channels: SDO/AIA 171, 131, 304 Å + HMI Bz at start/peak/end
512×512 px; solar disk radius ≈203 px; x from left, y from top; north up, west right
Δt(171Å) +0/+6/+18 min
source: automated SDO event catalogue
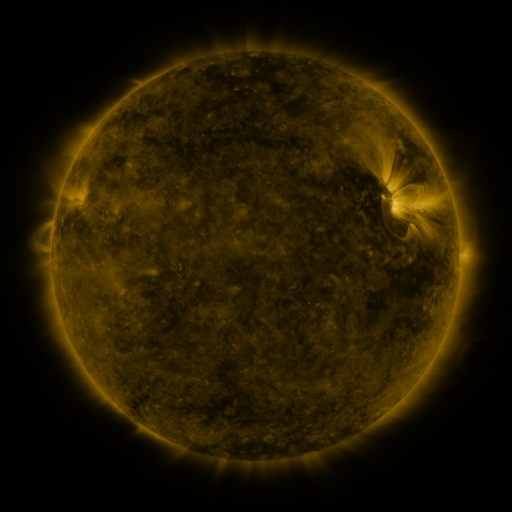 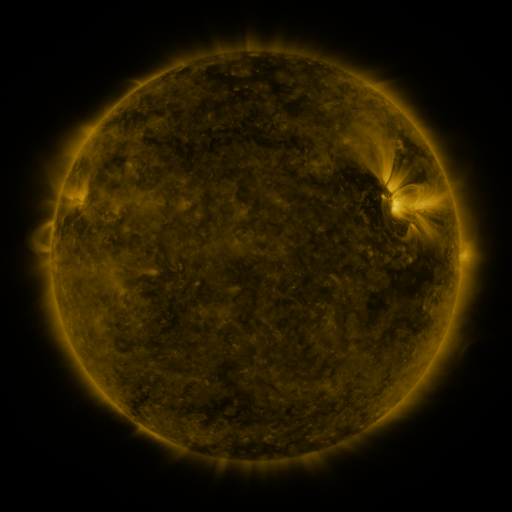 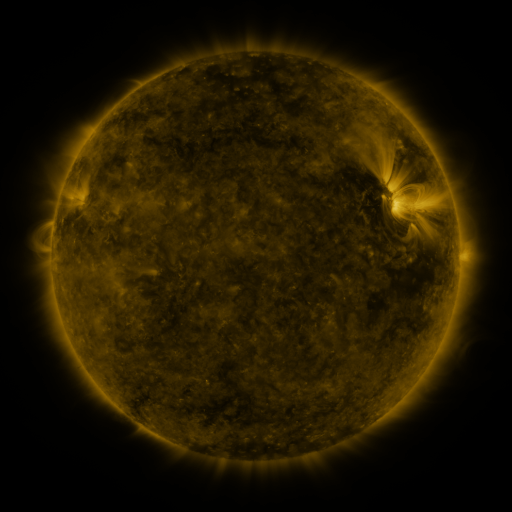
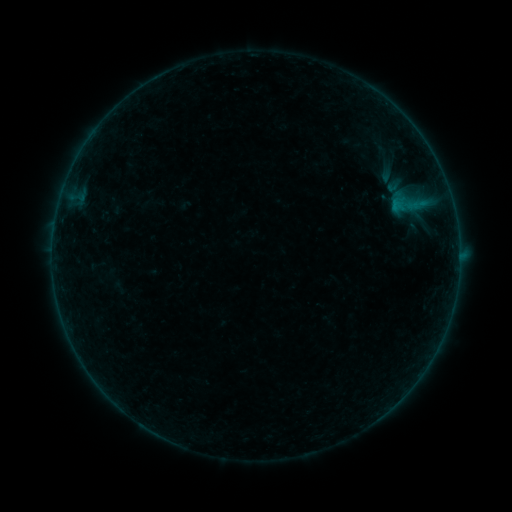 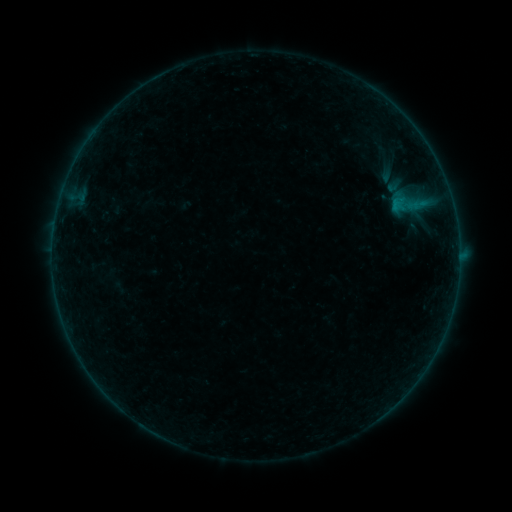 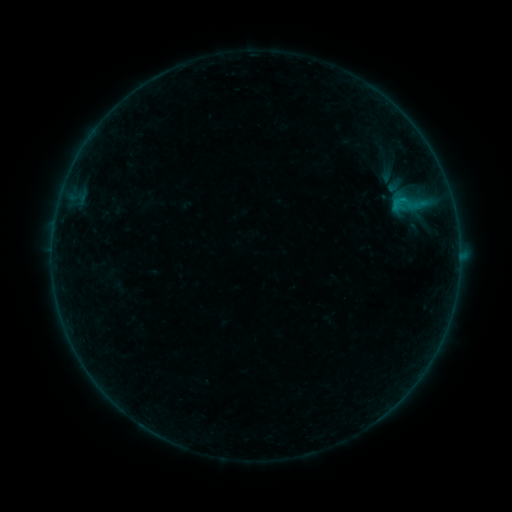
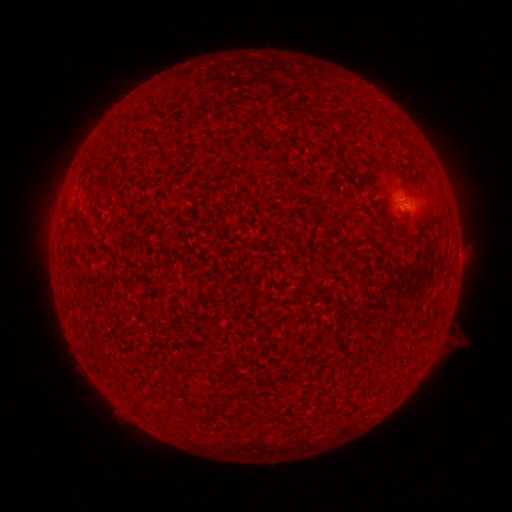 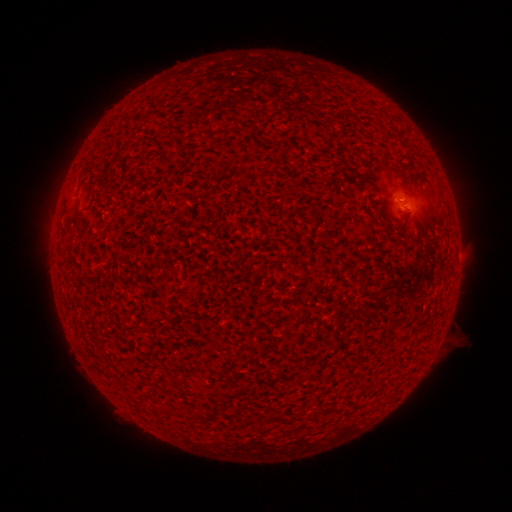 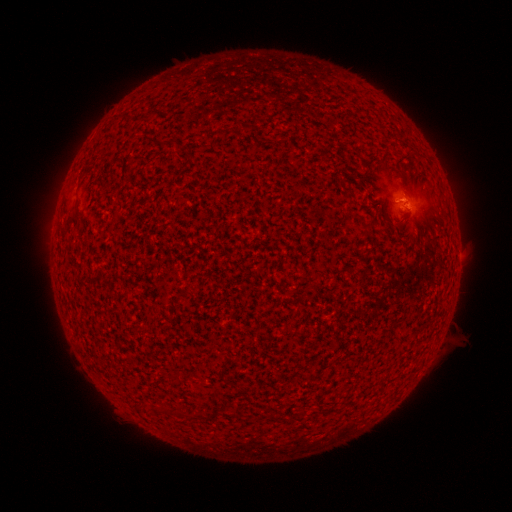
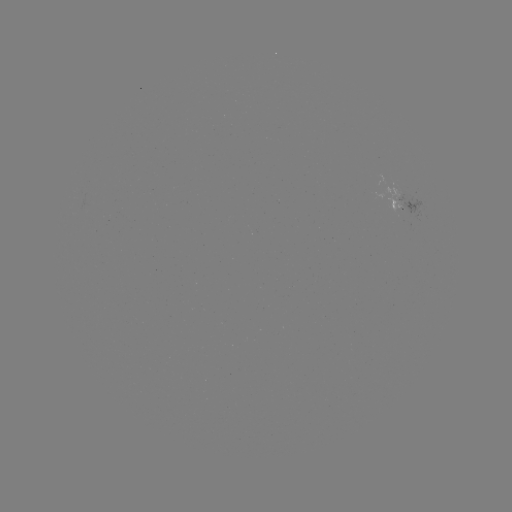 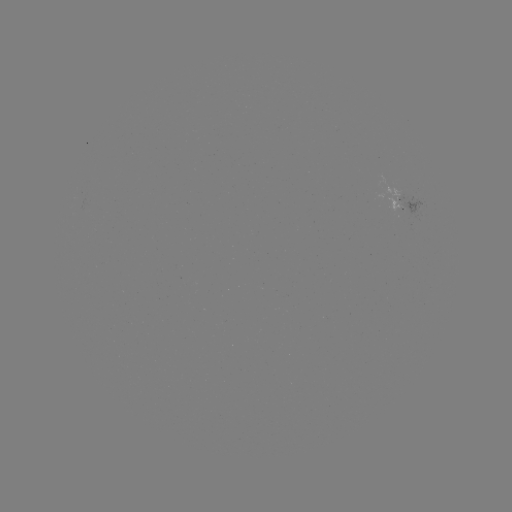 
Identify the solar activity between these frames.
B2.0 flare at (399, 202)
